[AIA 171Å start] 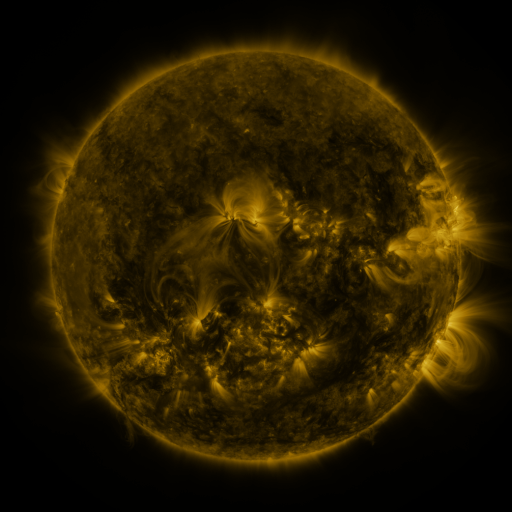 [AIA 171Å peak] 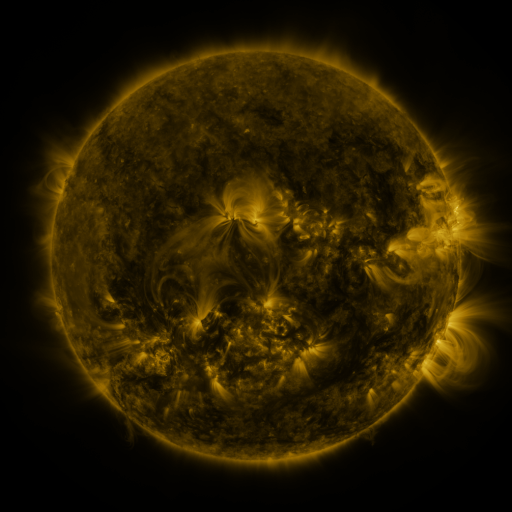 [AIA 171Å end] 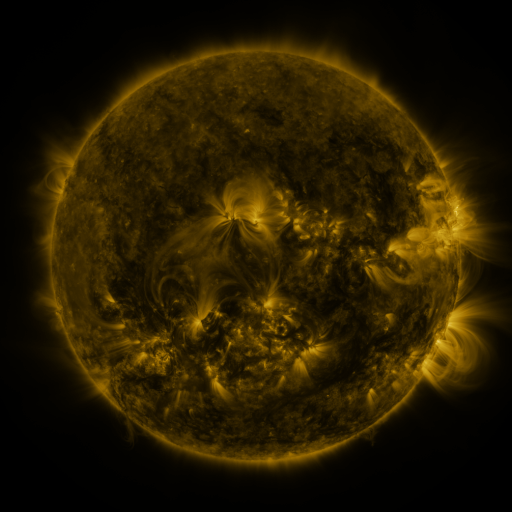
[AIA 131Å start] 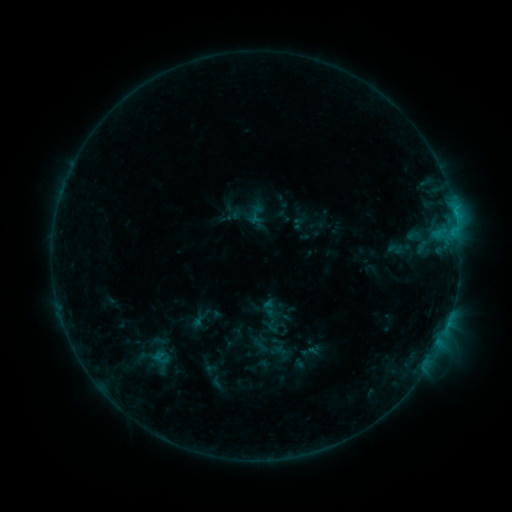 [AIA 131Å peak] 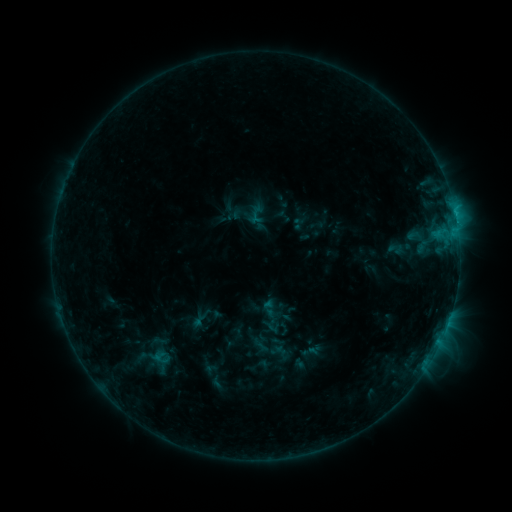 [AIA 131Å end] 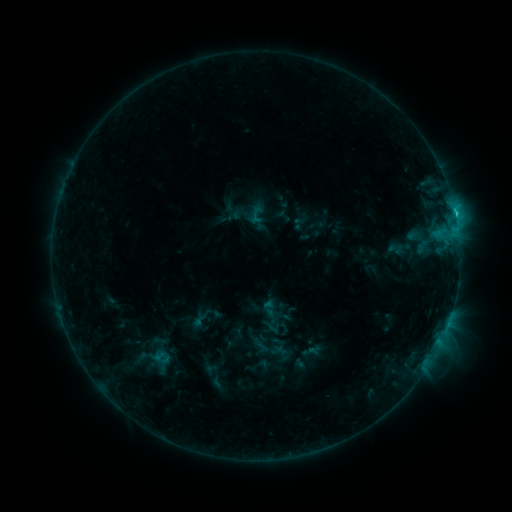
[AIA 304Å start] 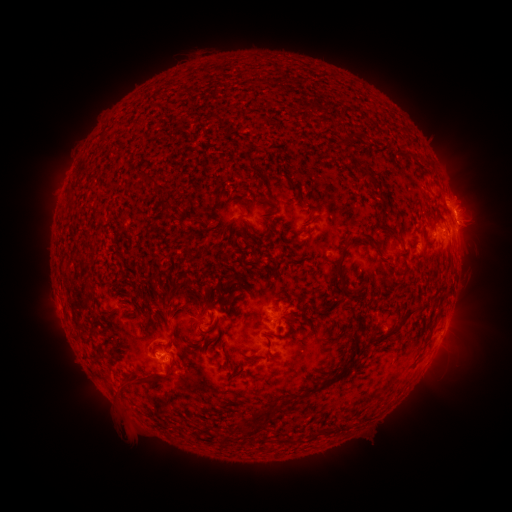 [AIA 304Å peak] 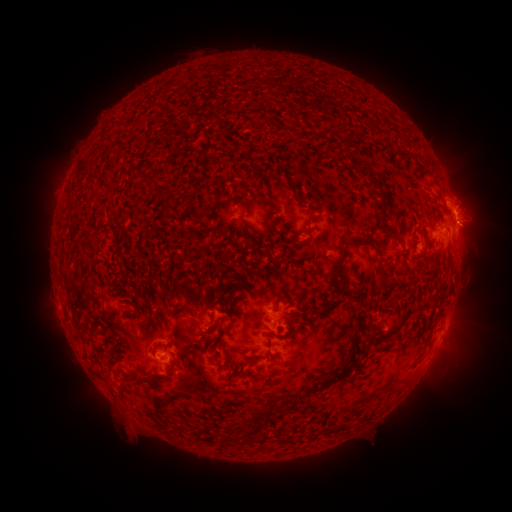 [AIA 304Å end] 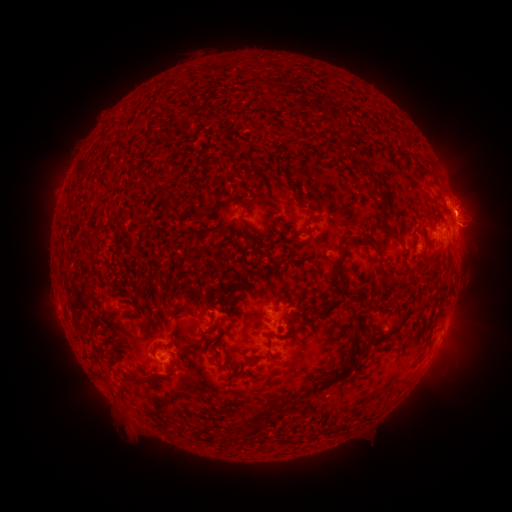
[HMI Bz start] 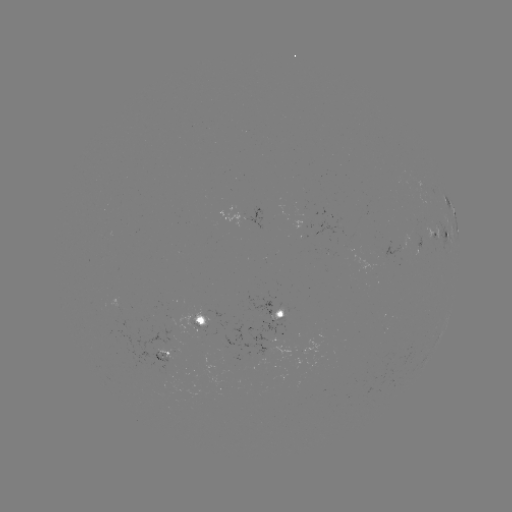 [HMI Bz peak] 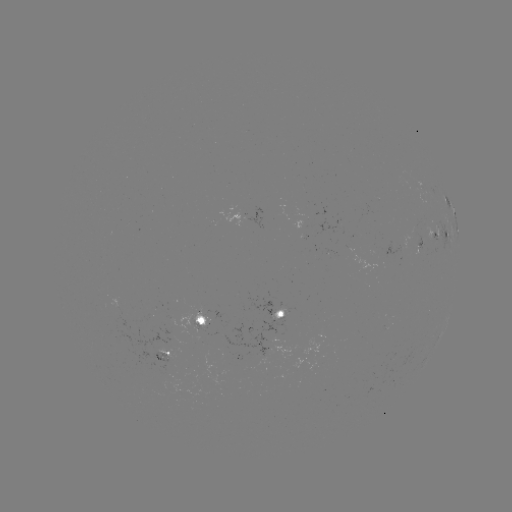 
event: flare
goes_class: C9.9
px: (454, 214)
